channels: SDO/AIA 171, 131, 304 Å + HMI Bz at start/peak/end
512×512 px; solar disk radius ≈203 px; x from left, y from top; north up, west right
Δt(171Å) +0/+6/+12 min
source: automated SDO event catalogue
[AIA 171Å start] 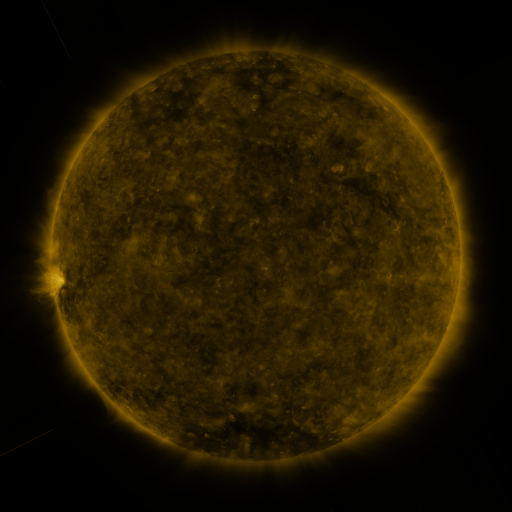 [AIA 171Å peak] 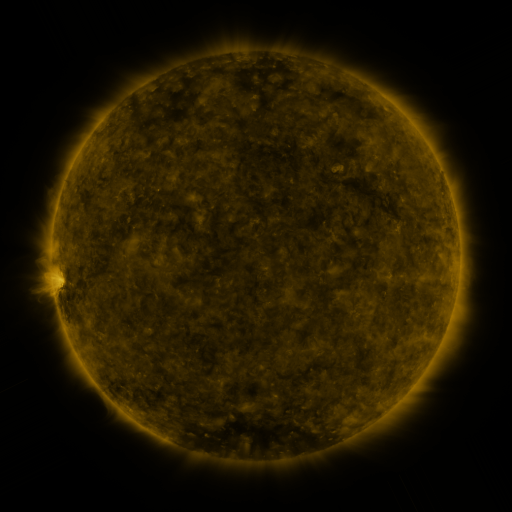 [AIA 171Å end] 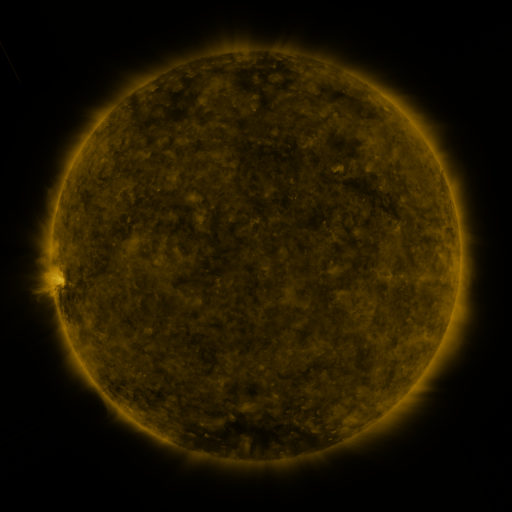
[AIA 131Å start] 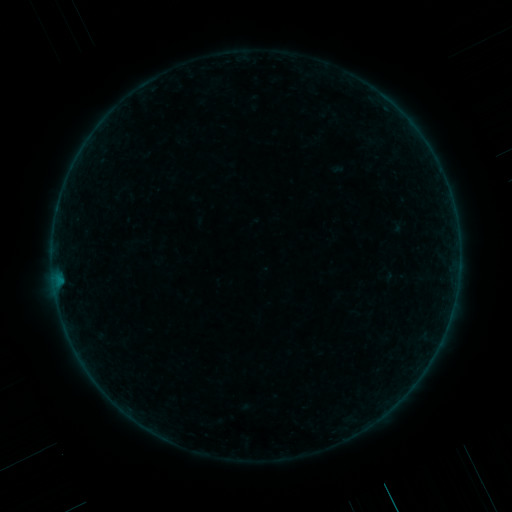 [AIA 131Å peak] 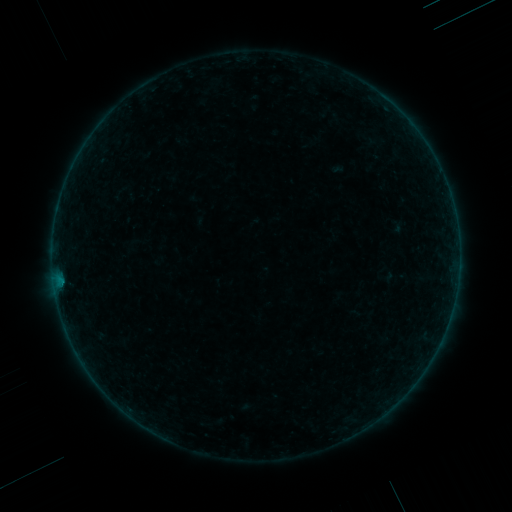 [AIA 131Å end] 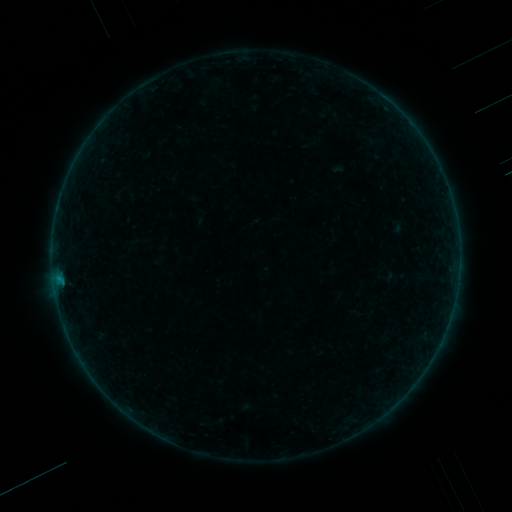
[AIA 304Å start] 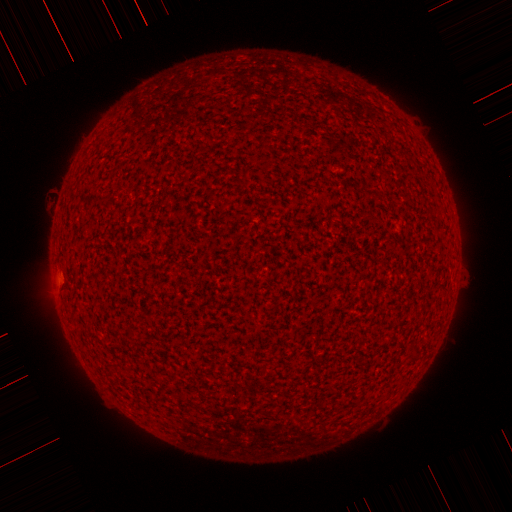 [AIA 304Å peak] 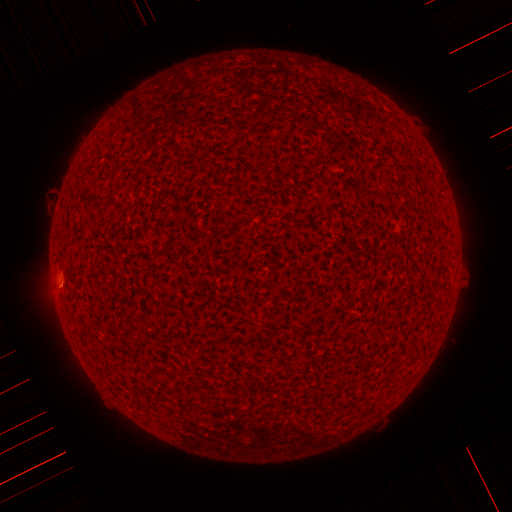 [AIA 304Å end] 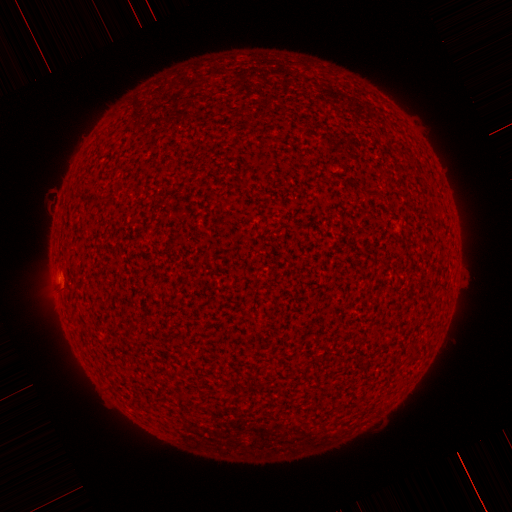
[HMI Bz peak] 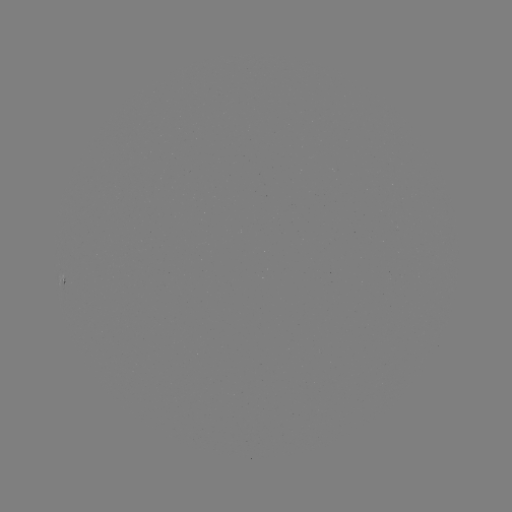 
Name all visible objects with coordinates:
B1.7 flare: (61, 281)
